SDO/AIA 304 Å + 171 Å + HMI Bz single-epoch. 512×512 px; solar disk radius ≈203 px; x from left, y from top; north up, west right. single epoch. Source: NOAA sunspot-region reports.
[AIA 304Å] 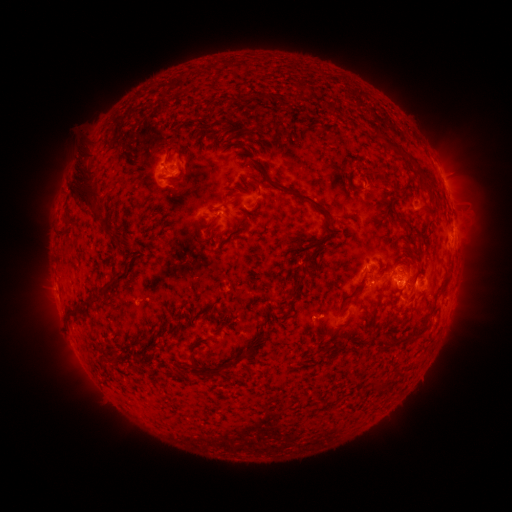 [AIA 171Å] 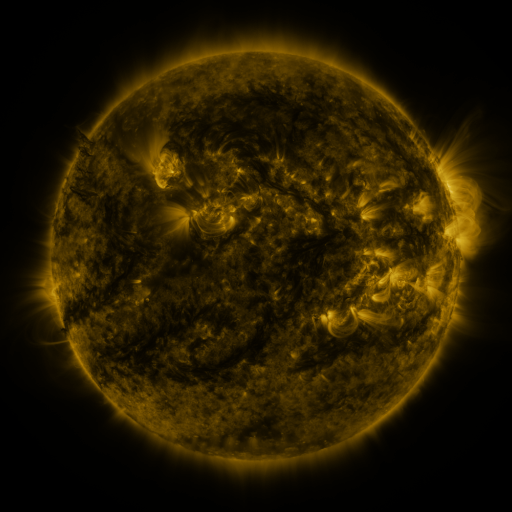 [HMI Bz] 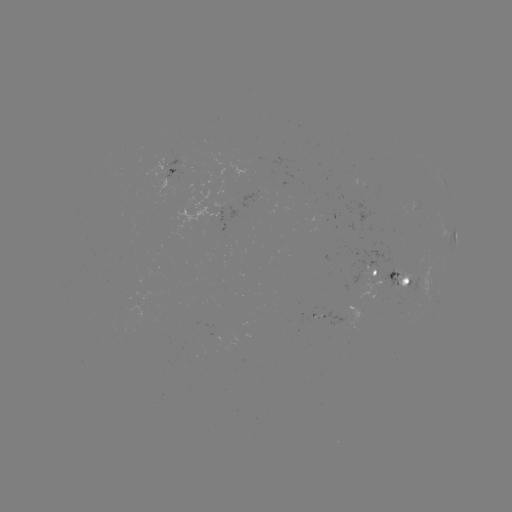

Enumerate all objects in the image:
spotted active region: (175, 172)
spotted active region: (447, 188)
spotted active region: (455, 238)
spotted active region: (403, 276)
spotted active region: (376, 278)
